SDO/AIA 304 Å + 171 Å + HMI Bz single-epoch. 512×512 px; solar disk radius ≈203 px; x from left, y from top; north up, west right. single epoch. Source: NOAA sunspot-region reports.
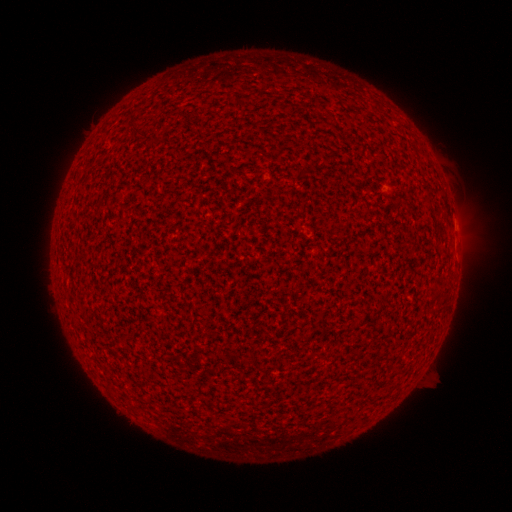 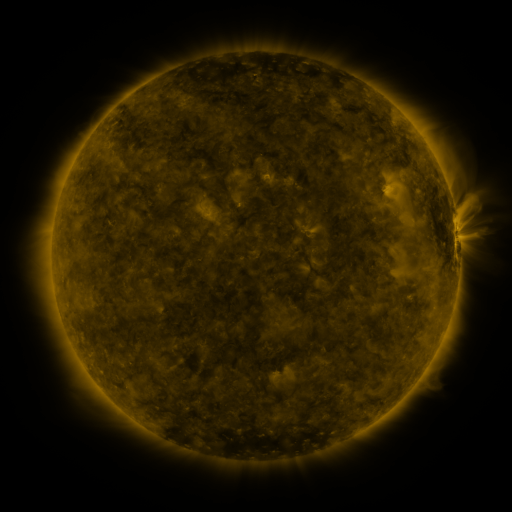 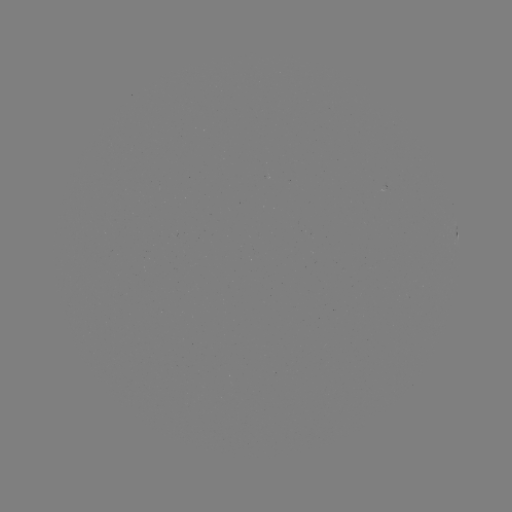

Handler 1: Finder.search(spotted active region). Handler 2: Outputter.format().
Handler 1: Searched spotted active region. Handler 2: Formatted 456,237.